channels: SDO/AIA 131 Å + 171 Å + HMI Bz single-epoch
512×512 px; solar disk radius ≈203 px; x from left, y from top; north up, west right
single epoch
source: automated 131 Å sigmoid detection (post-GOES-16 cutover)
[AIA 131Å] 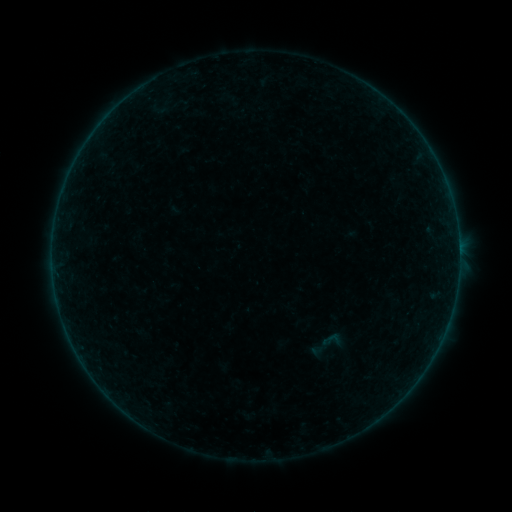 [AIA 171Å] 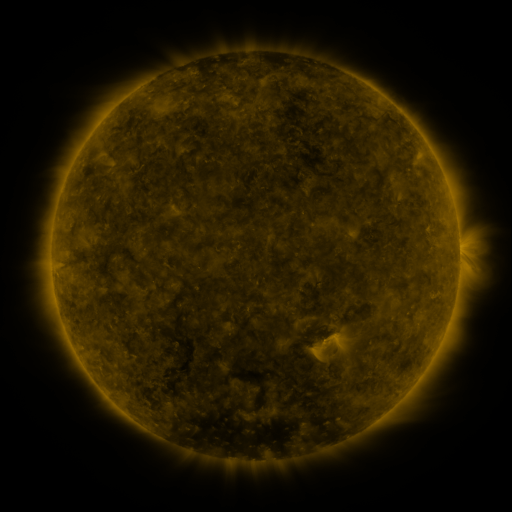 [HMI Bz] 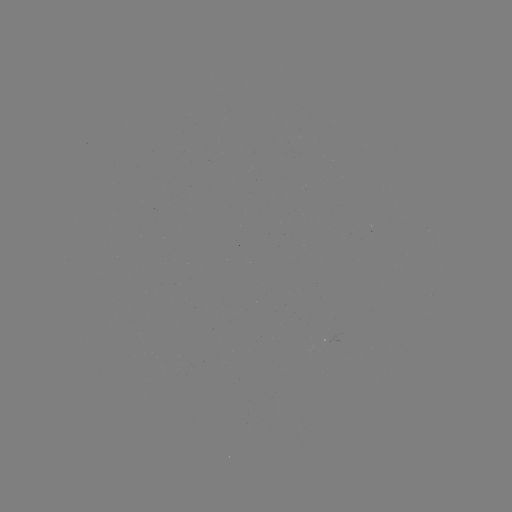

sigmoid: (321, 328, 343, 352)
